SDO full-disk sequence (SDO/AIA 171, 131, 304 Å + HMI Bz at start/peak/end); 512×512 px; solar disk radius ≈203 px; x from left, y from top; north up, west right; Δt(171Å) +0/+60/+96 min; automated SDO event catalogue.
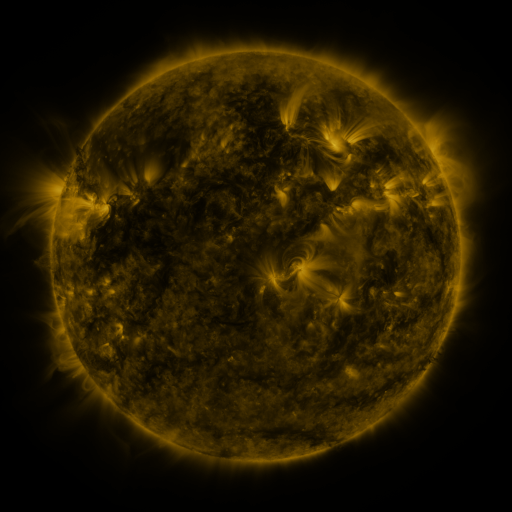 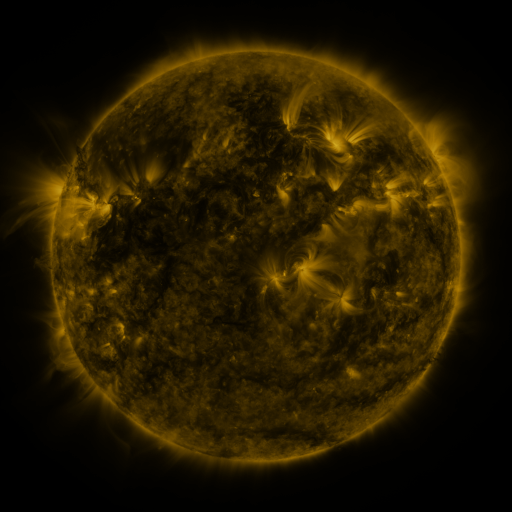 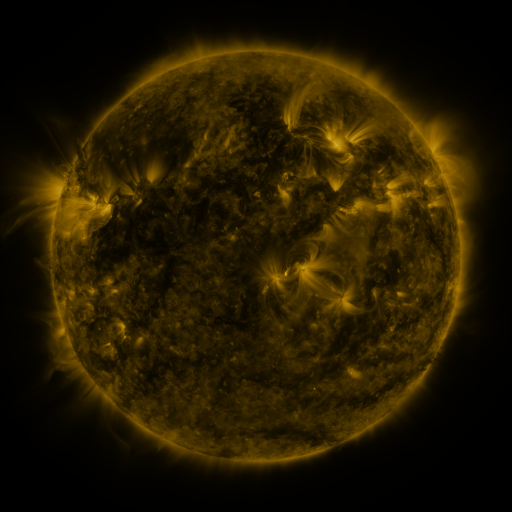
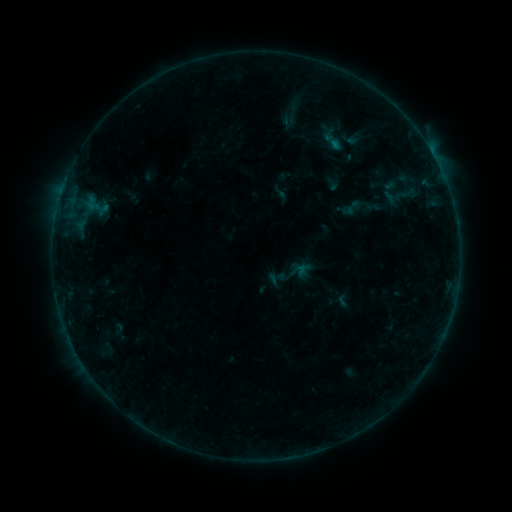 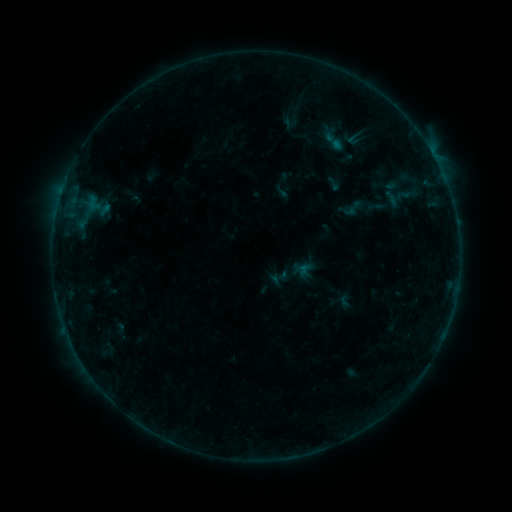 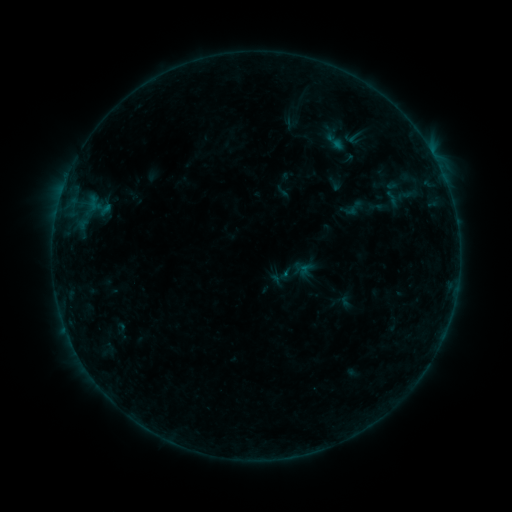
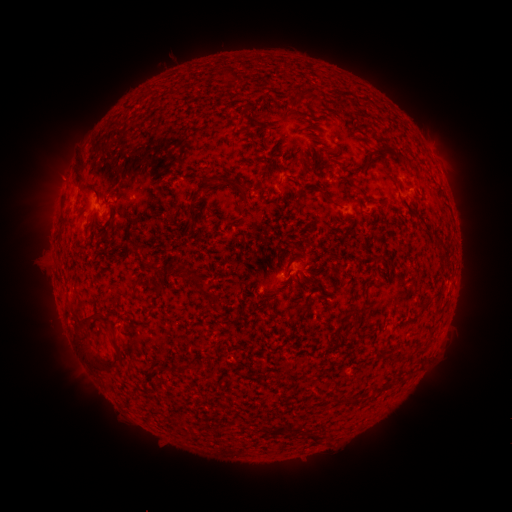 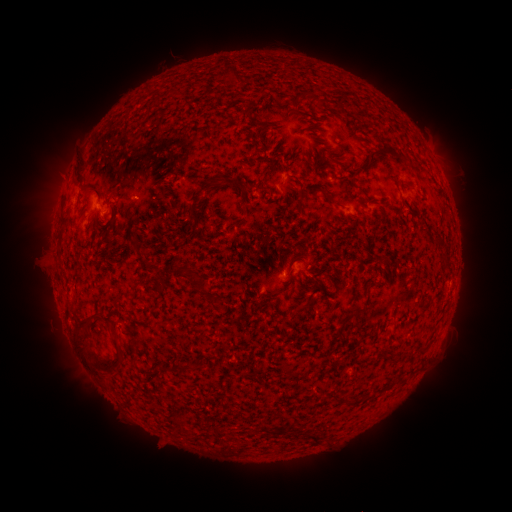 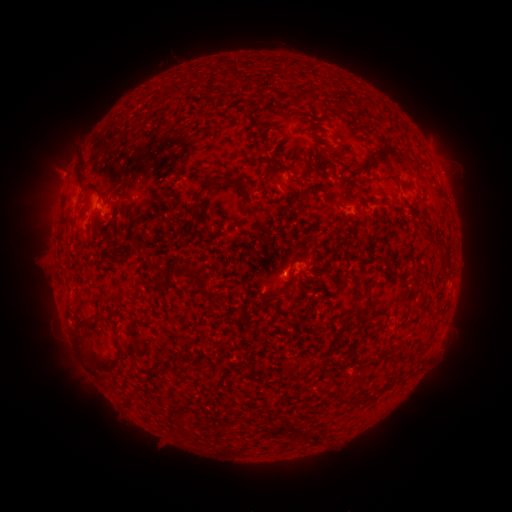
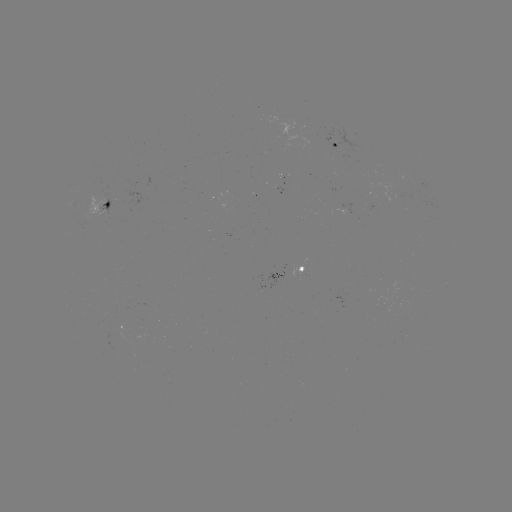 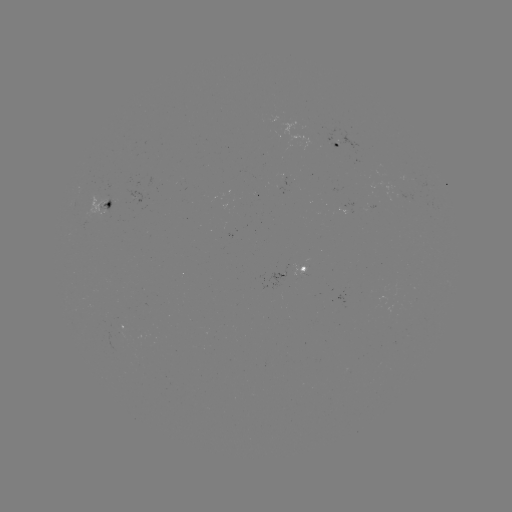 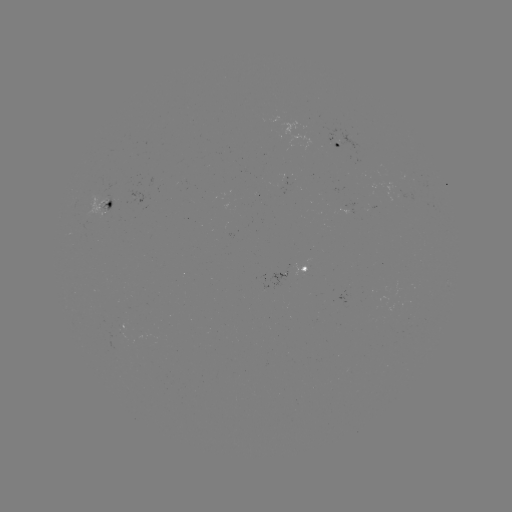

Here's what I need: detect emerging-flux region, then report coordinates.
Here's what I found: emerging-flux region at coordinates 410,193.